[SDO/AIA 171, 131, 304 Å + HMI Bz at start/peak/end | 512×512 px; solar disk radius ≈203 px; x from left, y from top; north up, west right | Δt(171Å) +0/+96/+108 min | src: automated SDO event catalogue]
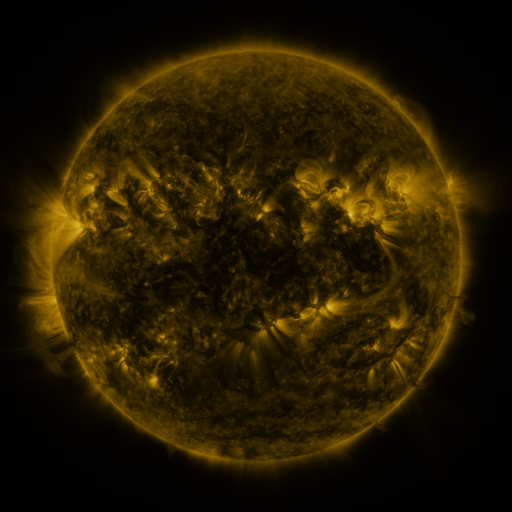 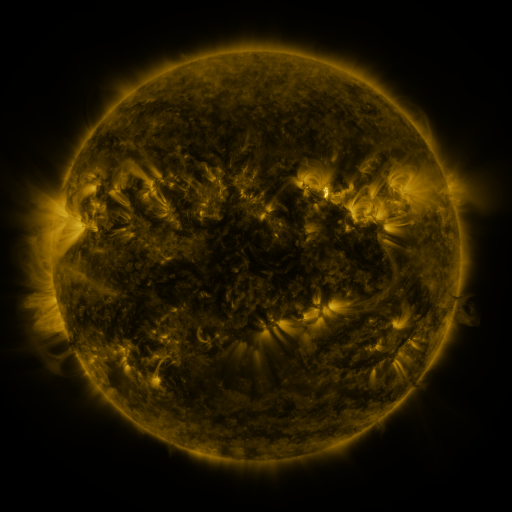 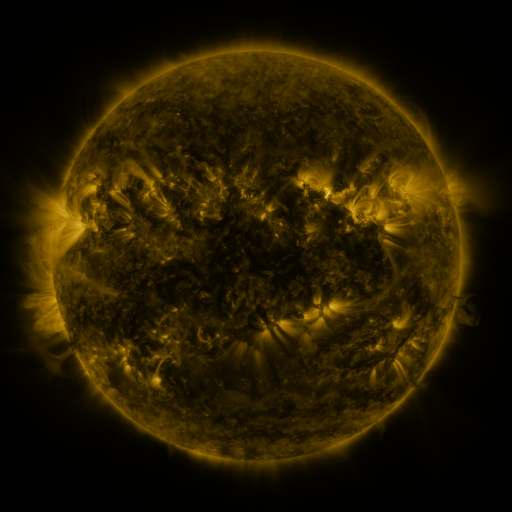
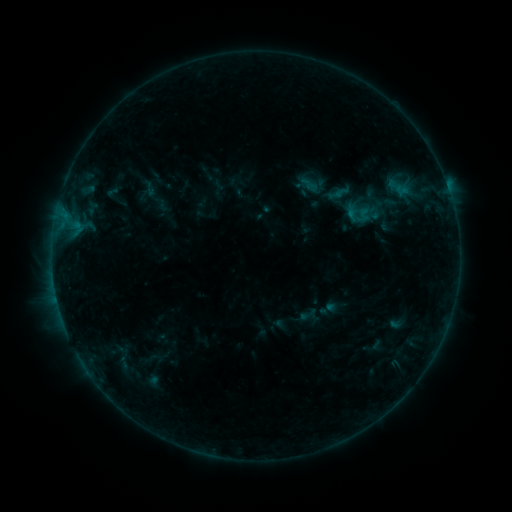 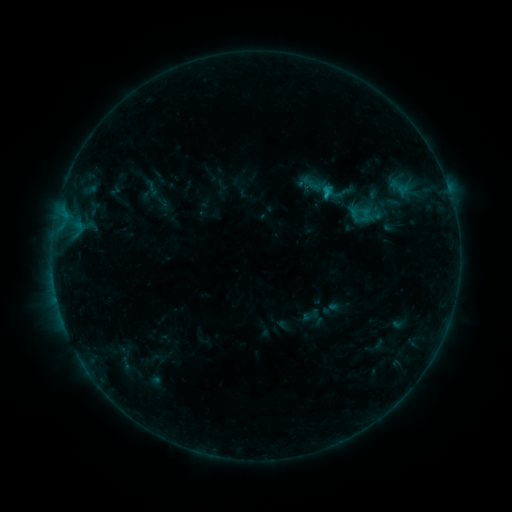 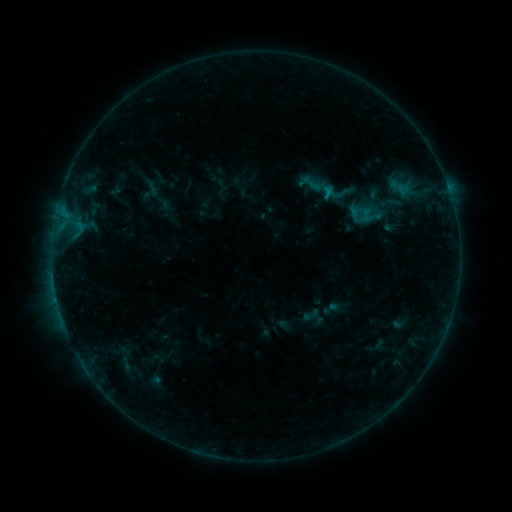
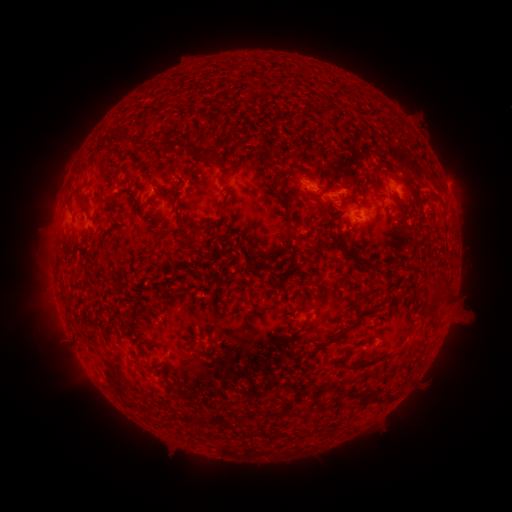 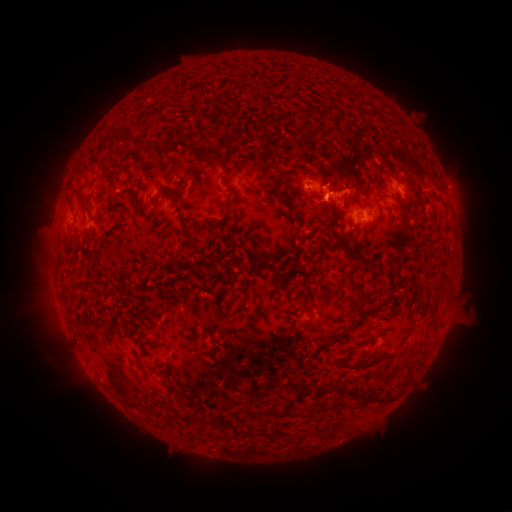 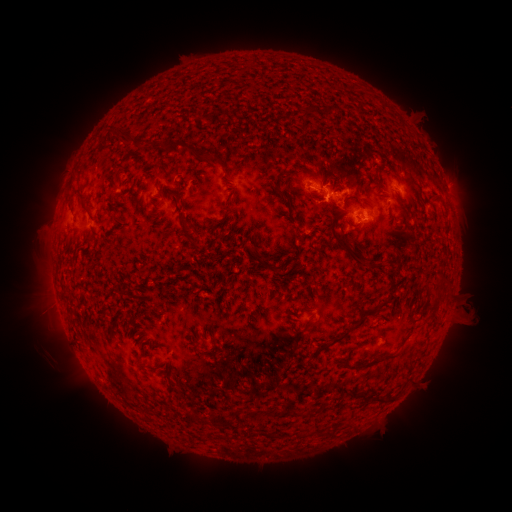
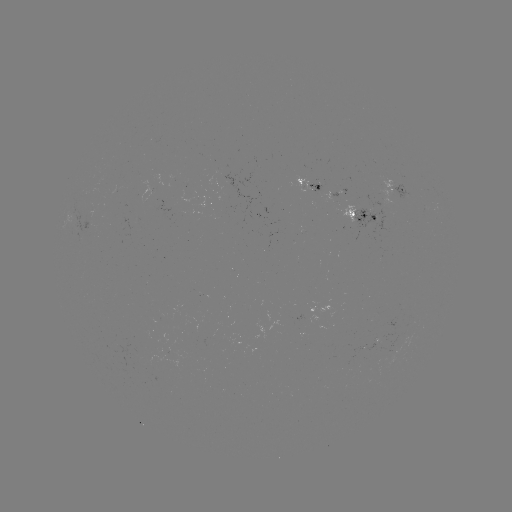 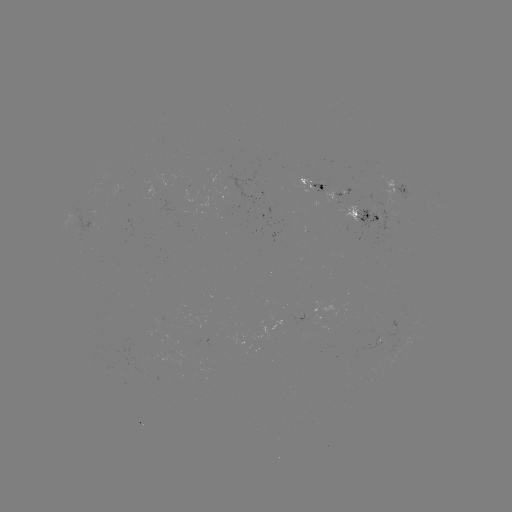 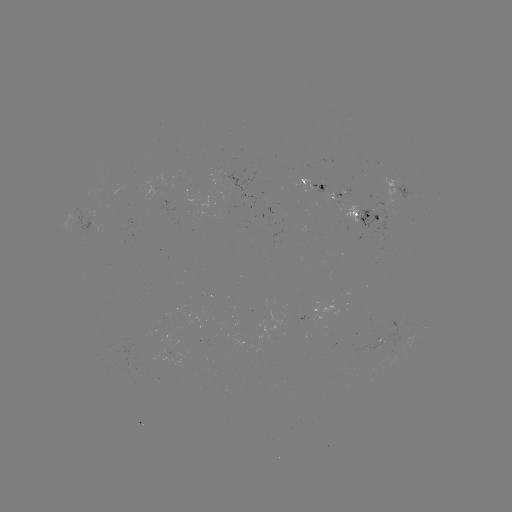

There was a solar emerging-flux region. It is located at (321, 185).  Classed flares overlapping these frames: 1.